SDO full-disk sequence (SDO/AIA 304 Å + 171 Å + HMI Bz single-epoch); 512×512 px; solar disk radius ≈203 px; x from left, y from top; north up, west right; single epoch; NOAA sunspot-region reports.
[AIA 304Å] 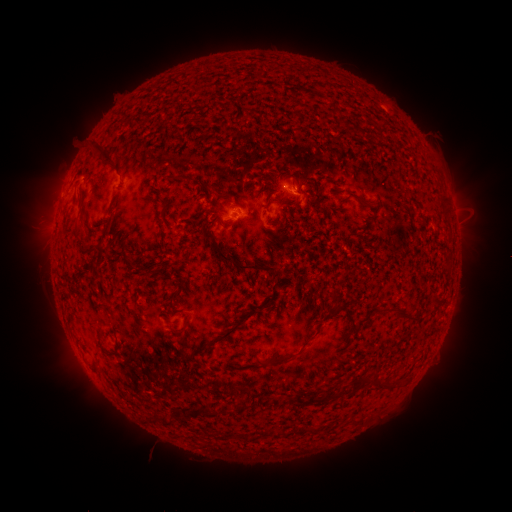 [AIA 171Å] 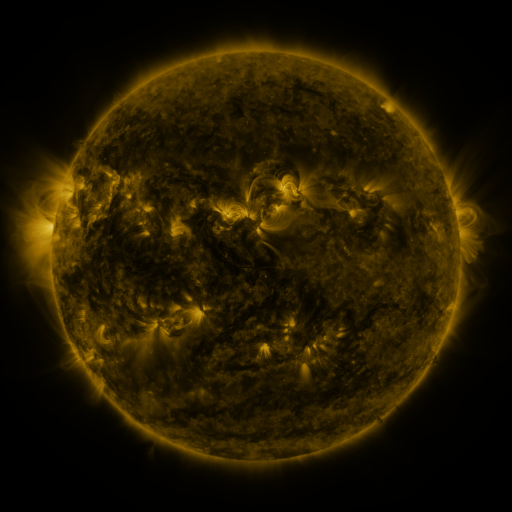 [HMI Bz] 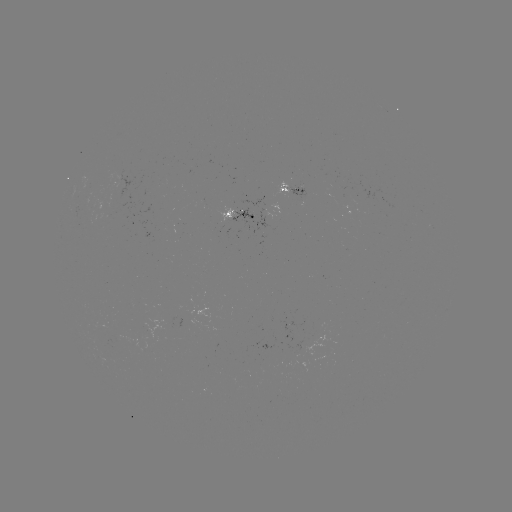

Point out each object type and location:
spotted active region: (292, 188)
spotted active region: (242, 215)
